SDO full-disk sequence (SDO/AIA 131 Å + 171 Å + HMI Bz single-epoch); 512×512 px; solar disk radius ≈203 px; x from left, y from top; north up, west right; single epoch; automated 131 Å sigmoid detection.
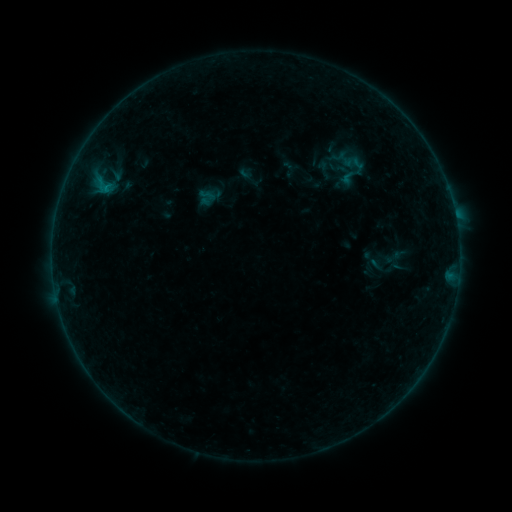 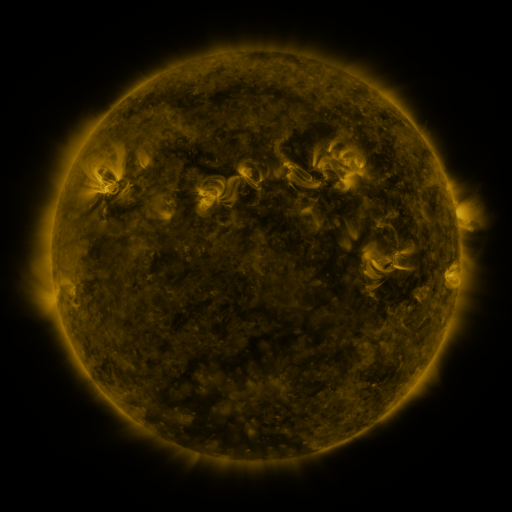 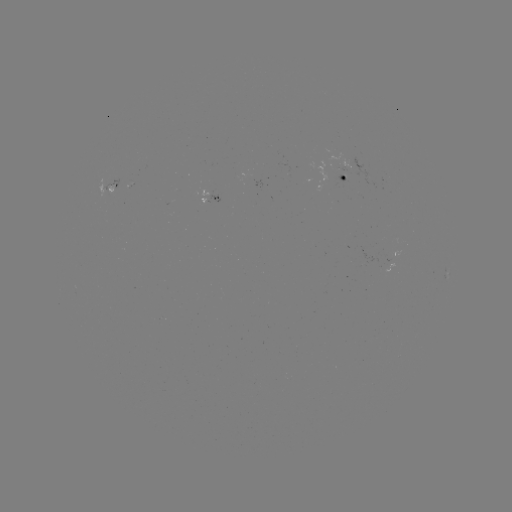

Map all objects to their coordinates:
sigmoid: [198, 186, 216, 204]
